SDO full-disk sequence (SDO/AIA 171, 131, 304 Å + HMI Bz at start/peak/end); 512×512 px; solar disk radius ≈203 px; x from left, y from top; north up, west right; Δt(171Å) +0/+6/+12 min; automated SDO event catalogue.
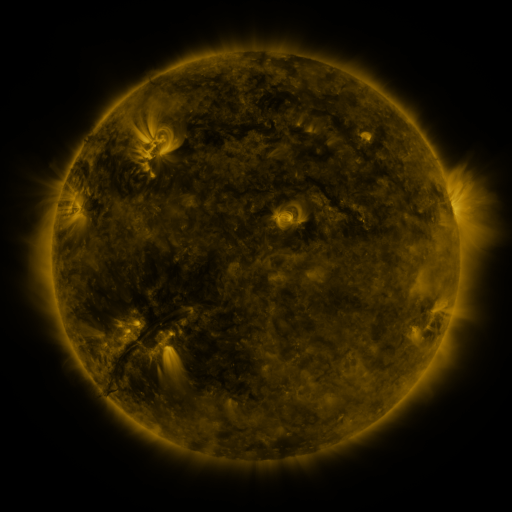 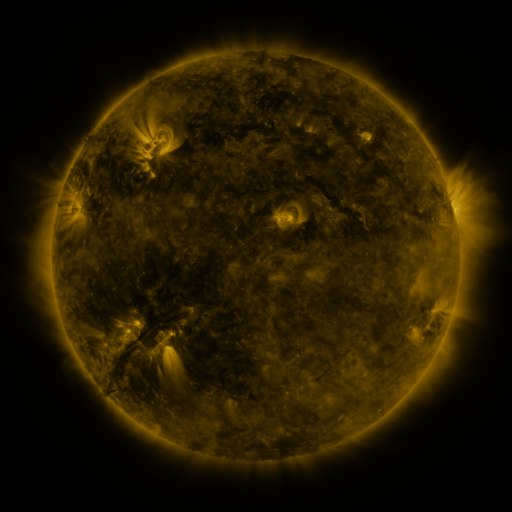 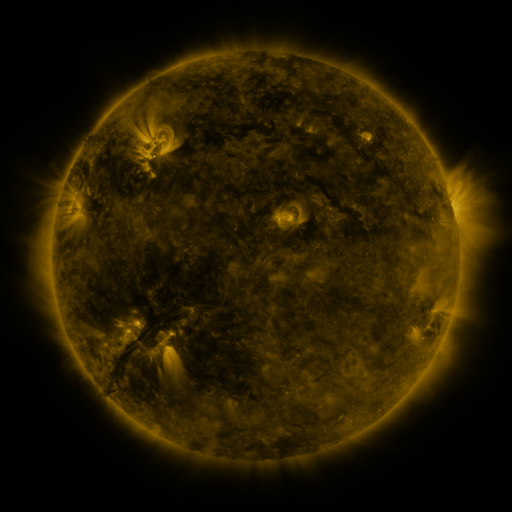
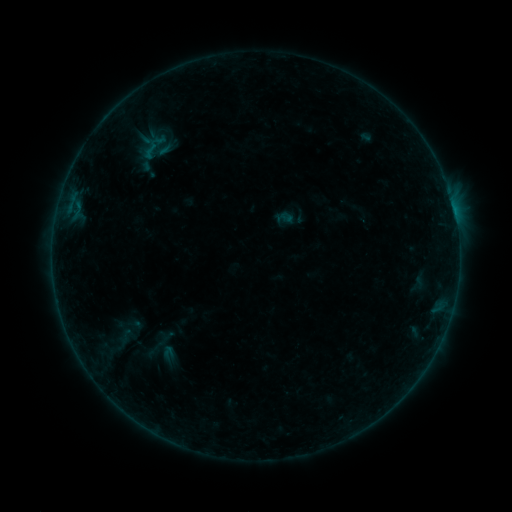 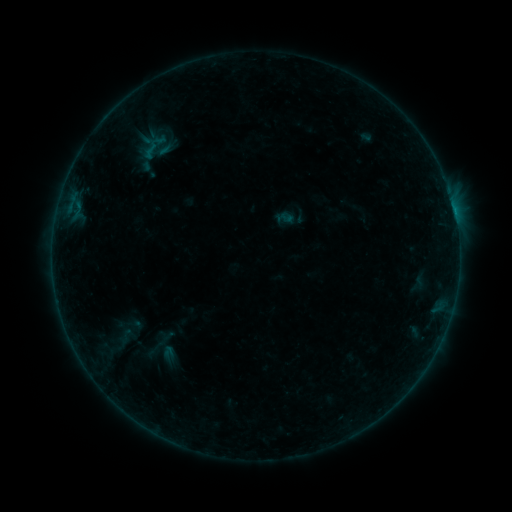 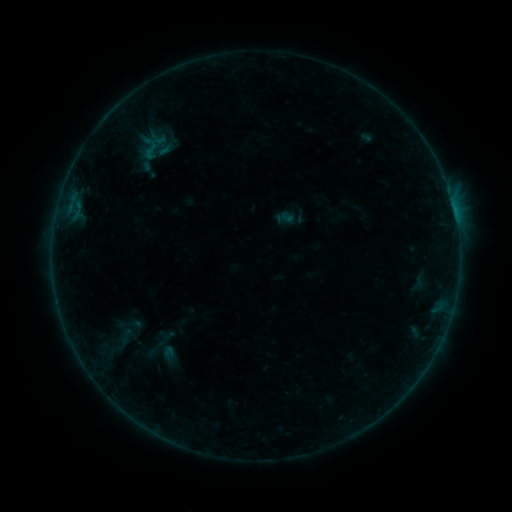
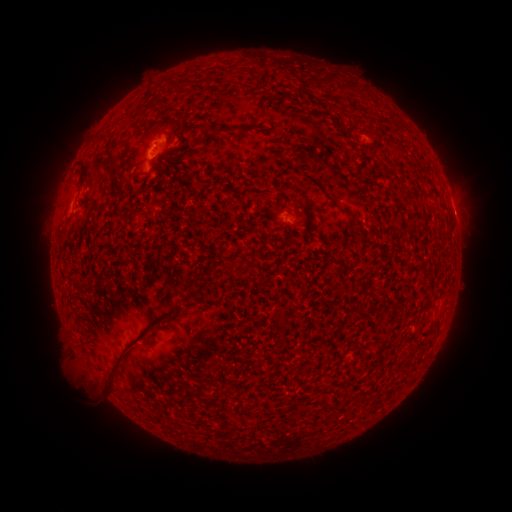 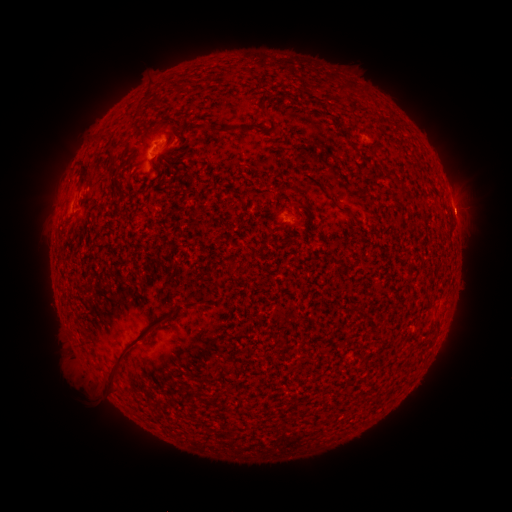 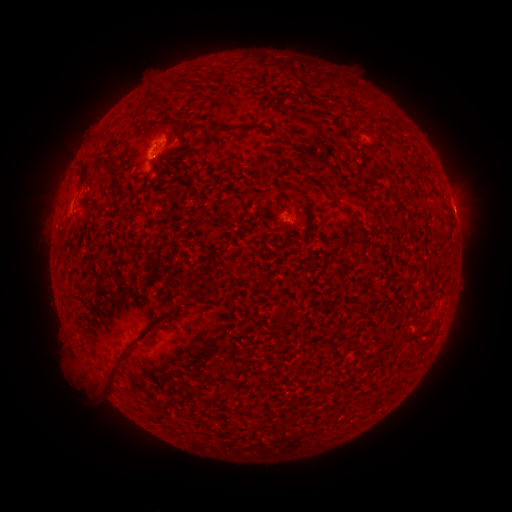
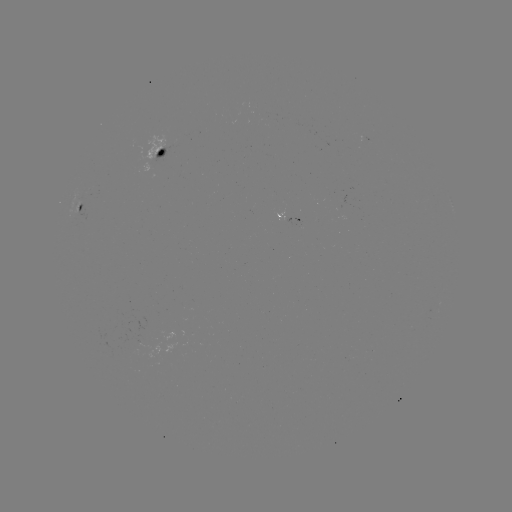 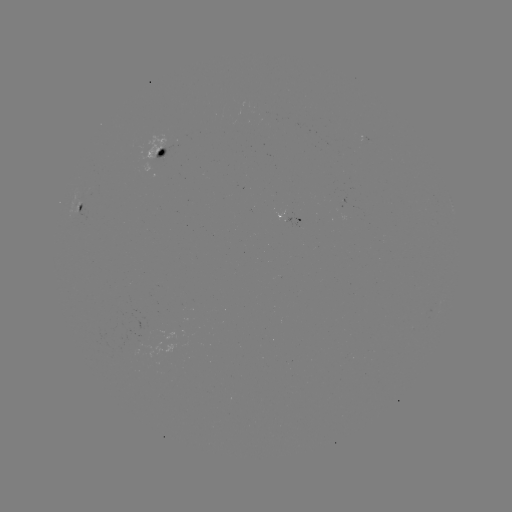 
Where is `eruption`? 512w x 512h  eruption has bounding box [440, 187, 488, 231].